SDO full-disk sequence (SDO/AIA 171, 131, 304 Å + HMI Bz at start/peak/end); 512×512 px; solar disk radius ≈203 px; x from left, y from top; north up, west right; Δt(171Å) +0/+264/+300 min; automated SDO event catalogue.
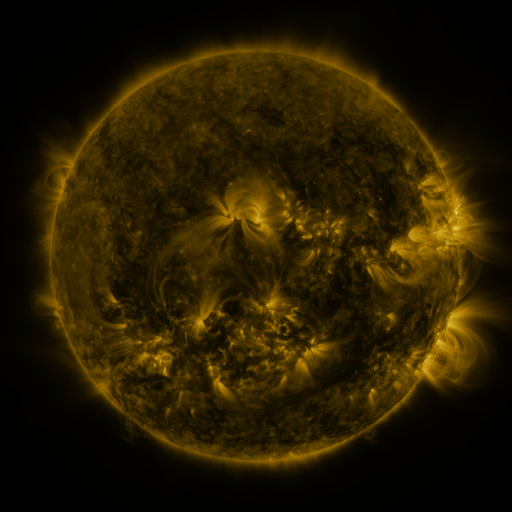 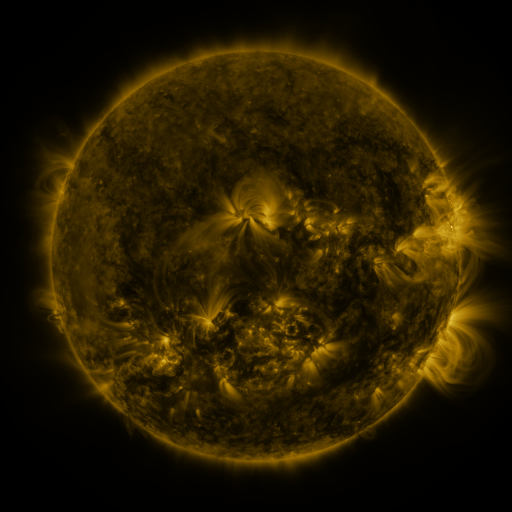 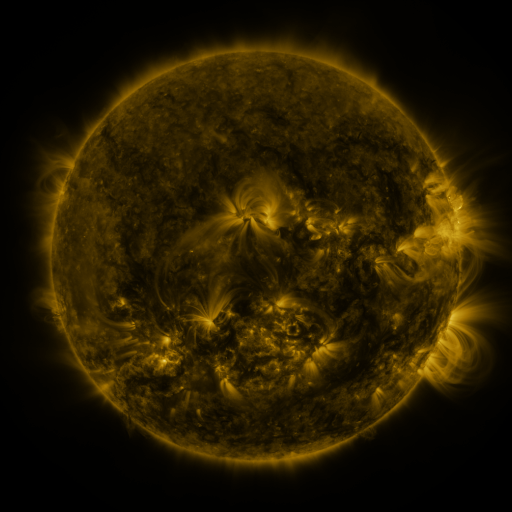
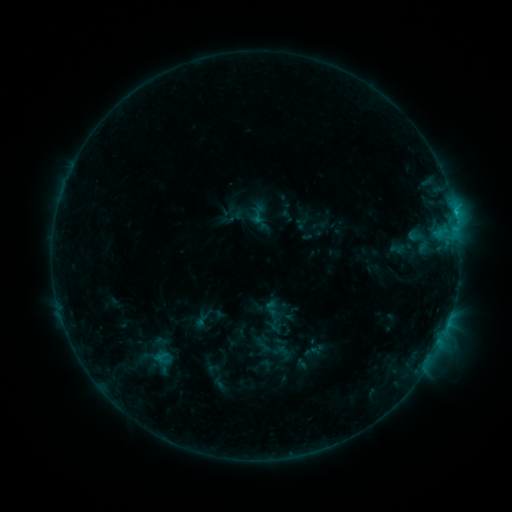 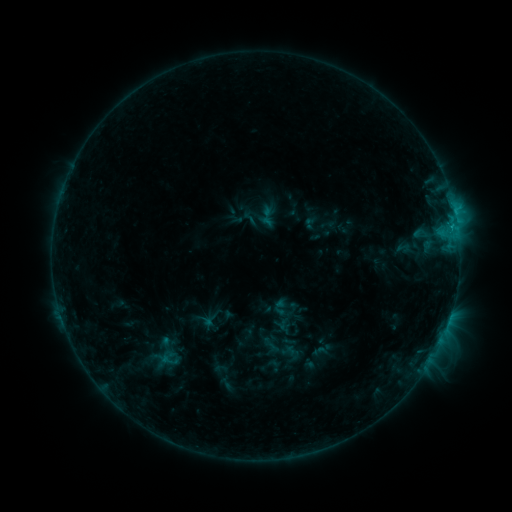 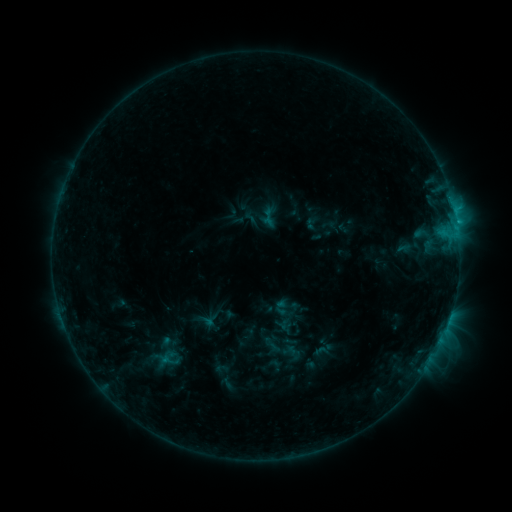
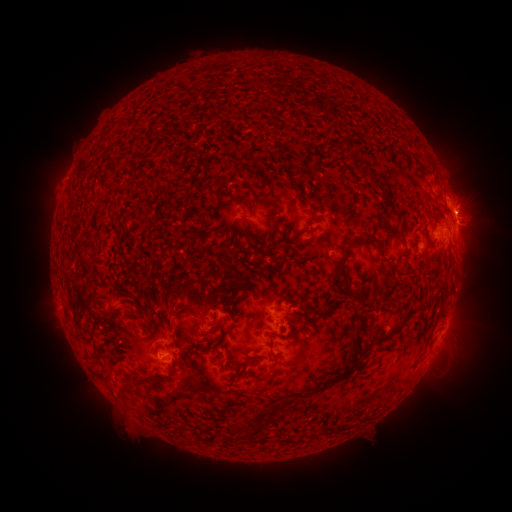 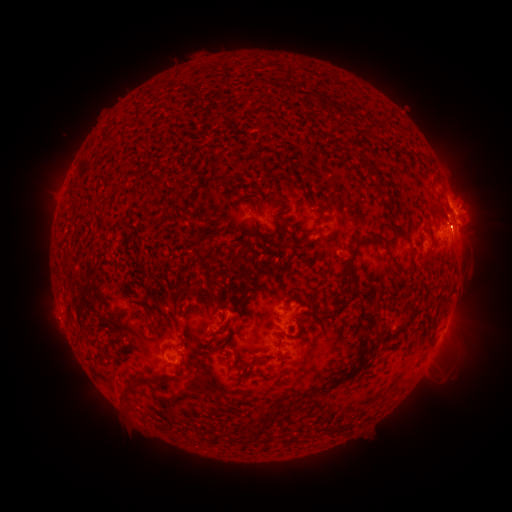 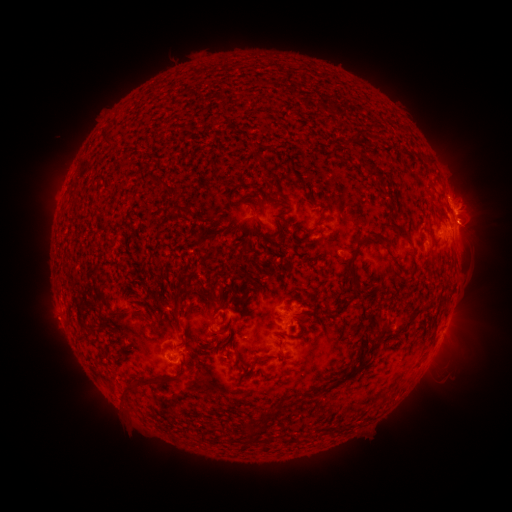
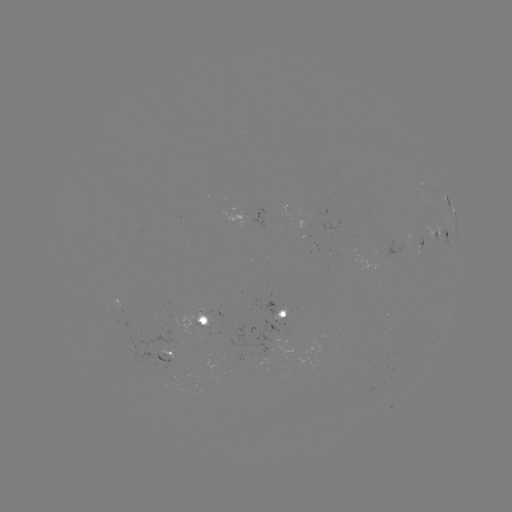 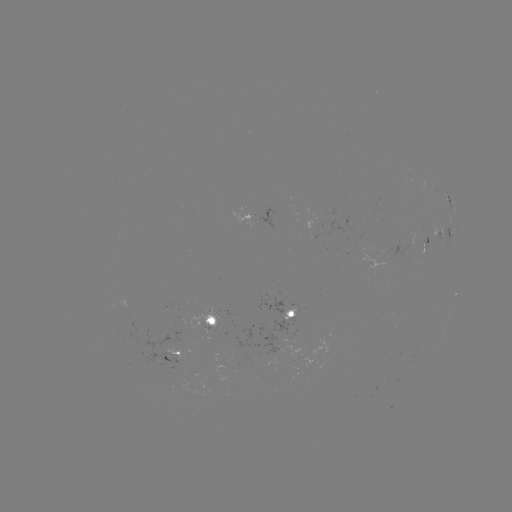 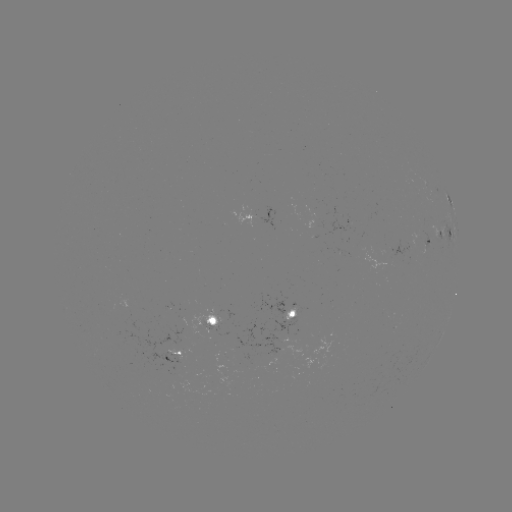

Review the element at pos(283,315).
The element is emerging-flux region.